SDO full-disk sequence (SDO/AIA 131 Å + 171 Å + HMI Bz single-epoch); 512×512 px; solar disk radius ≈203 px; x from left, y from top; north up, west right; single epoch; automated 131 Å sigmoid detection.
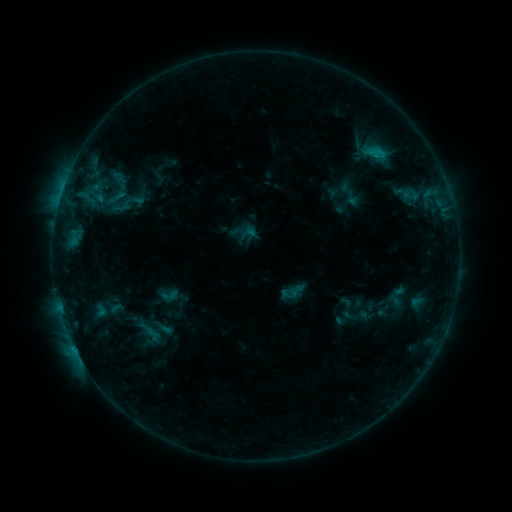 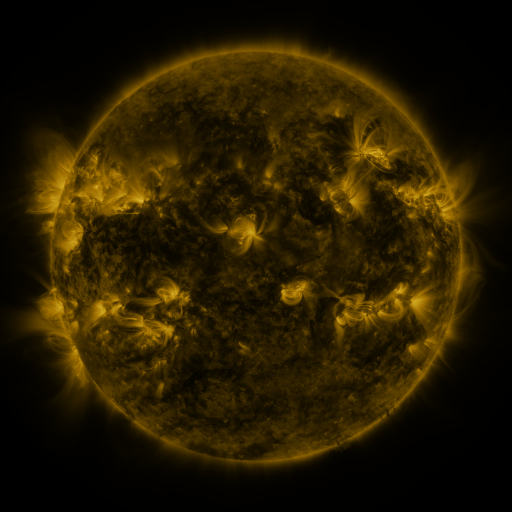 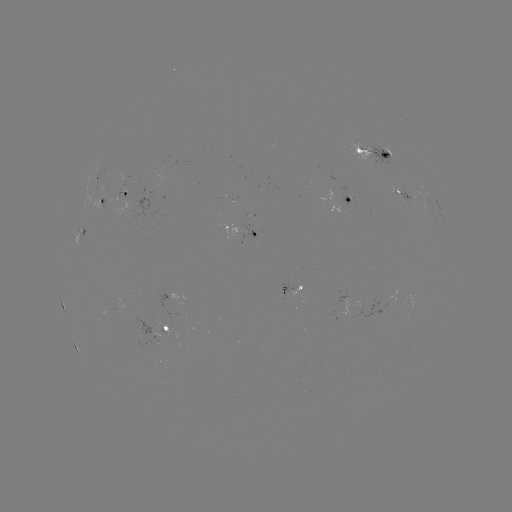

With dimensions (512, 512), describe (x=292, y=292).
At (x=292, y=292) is sigmoid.